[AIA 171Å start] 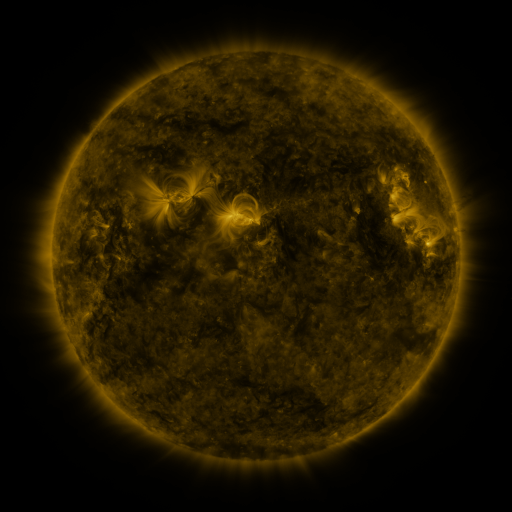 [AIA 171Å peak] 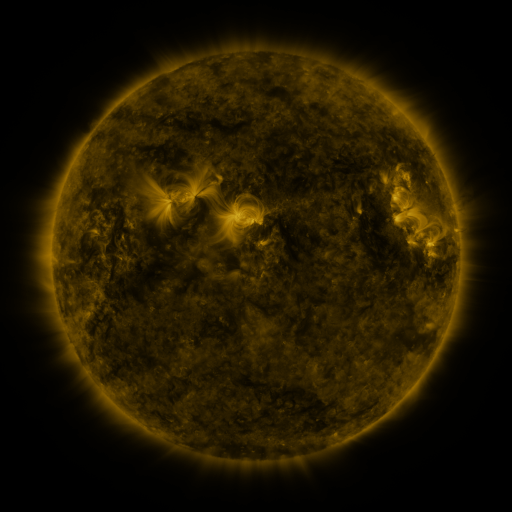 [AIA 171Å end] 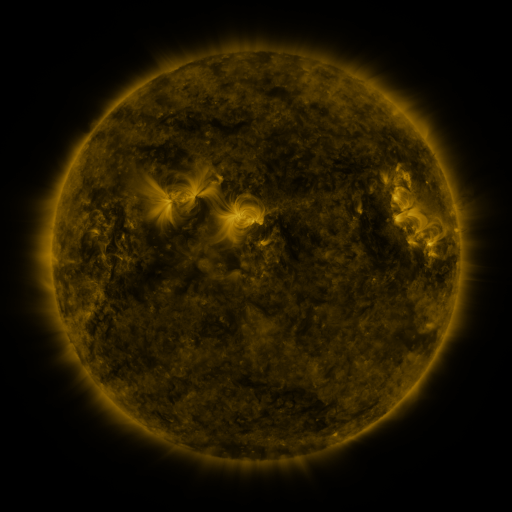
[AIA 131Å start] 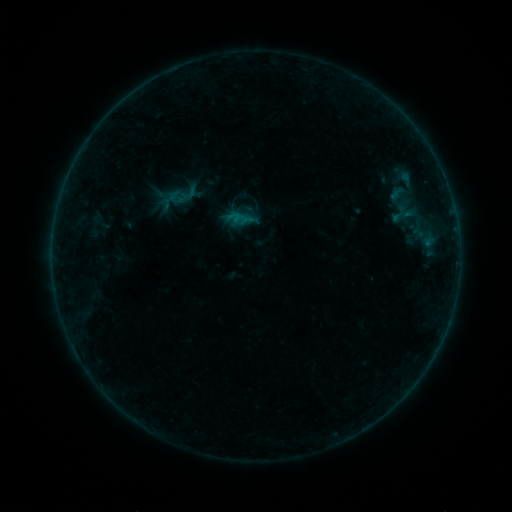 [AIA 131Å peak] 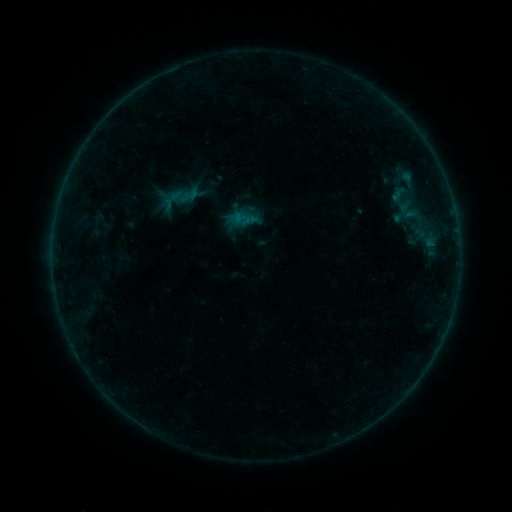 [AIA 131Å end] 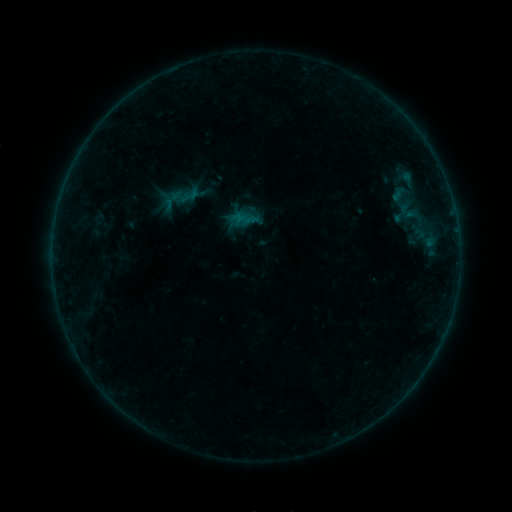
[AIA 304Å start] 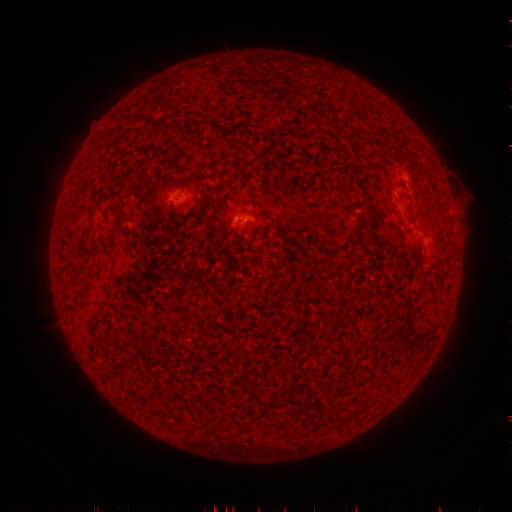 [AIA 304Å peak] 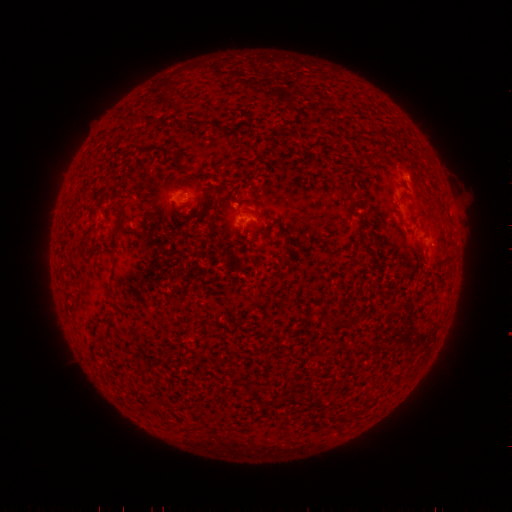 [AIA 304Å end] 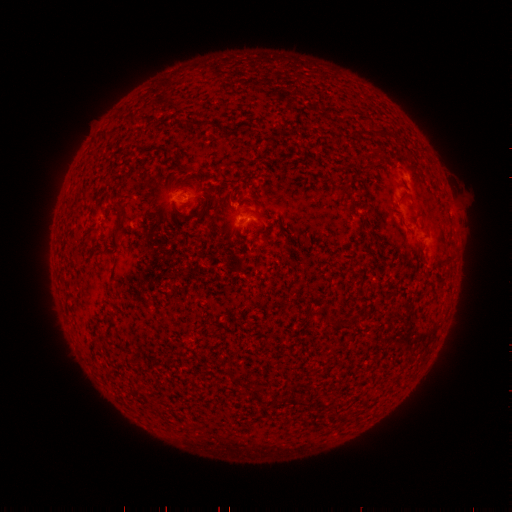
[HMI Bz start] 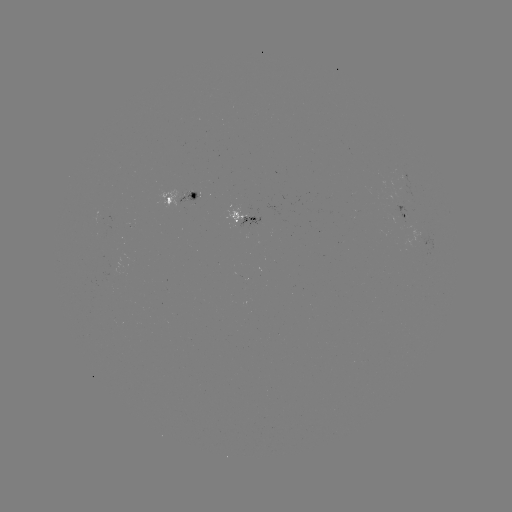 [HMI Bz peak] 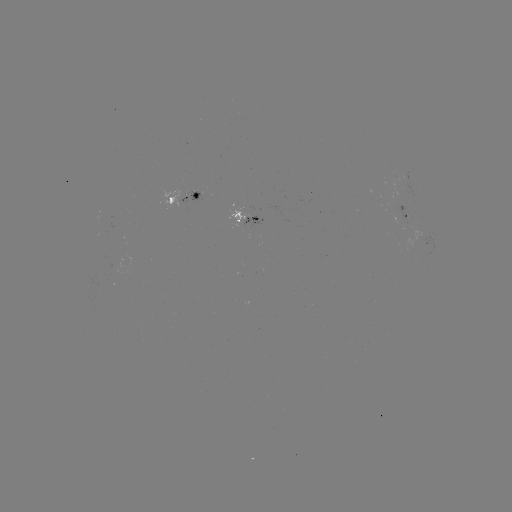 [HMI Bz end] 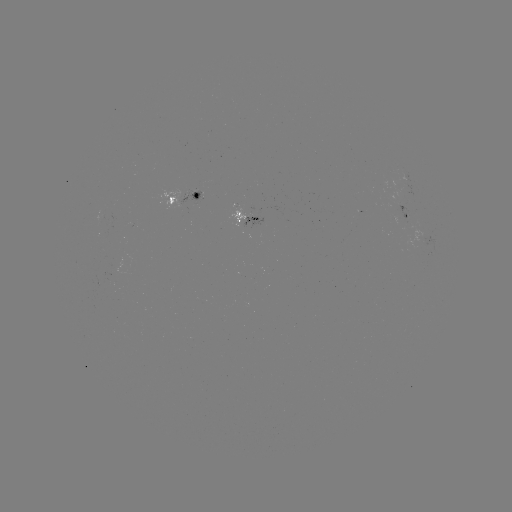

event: emerging-flux region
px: (403, 178)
